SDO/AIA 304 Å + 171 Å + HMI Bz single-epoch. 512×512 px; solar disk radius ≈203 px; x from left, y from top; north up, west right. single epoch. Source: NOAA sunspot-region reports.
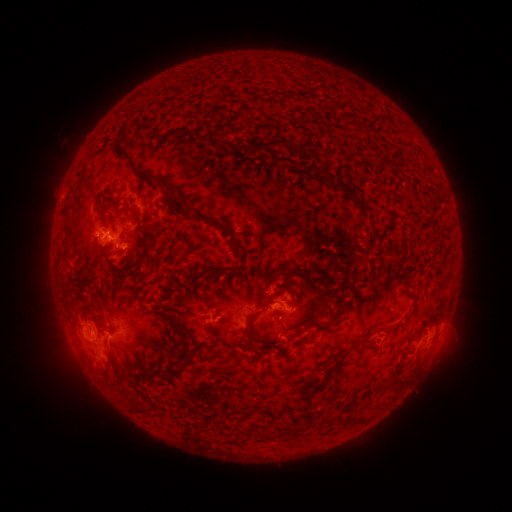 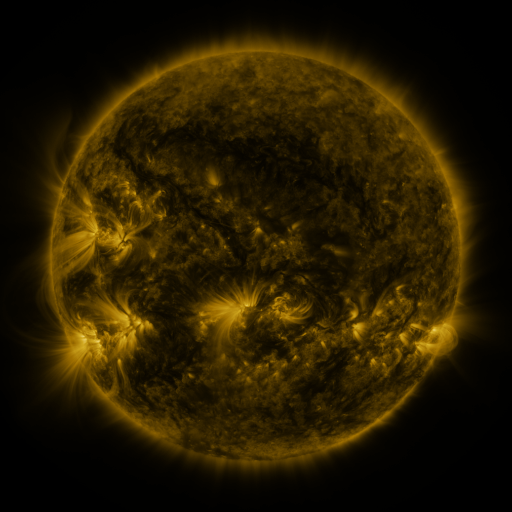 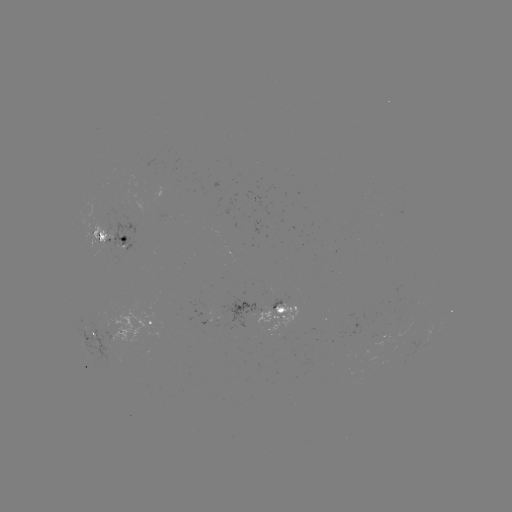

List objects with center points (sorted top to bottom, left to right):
spotted active region: (116, 238)
spotted active region: (283, 310)
spotted active region: (154, 324)
spotted active region: (89, 331)
spotted active region: (389, 335)
